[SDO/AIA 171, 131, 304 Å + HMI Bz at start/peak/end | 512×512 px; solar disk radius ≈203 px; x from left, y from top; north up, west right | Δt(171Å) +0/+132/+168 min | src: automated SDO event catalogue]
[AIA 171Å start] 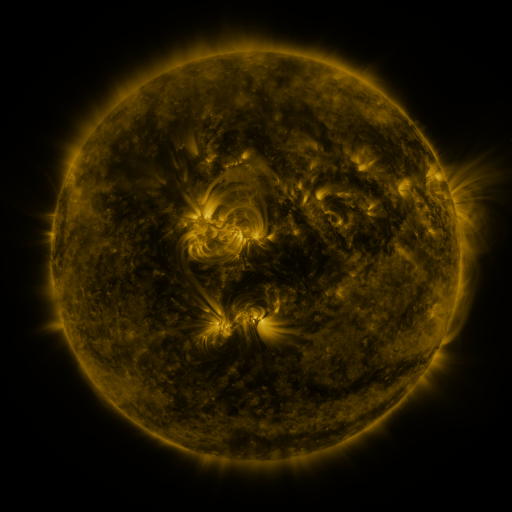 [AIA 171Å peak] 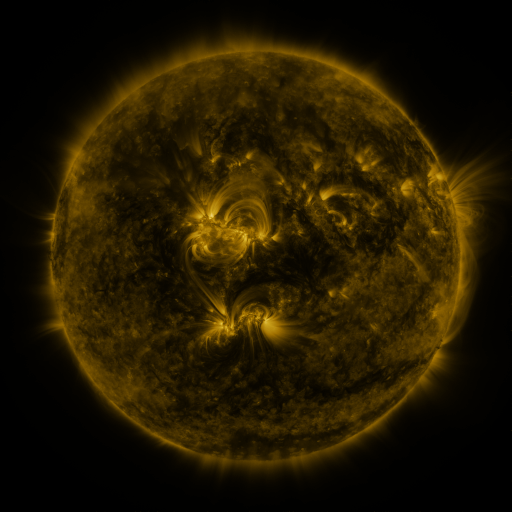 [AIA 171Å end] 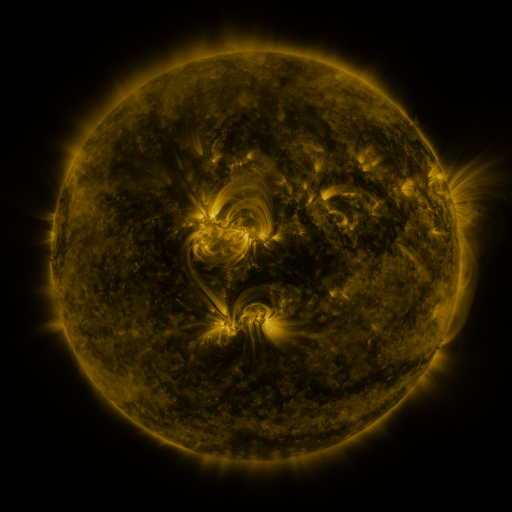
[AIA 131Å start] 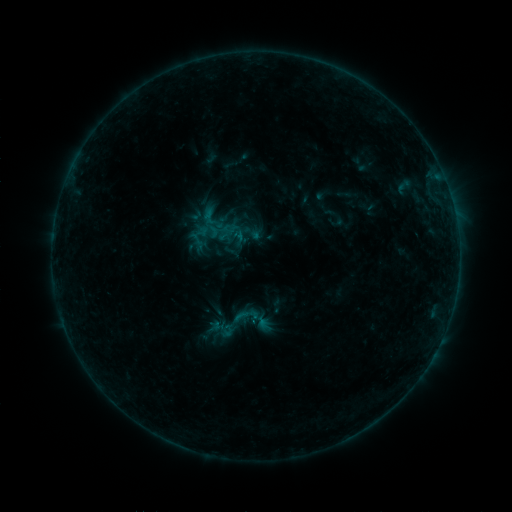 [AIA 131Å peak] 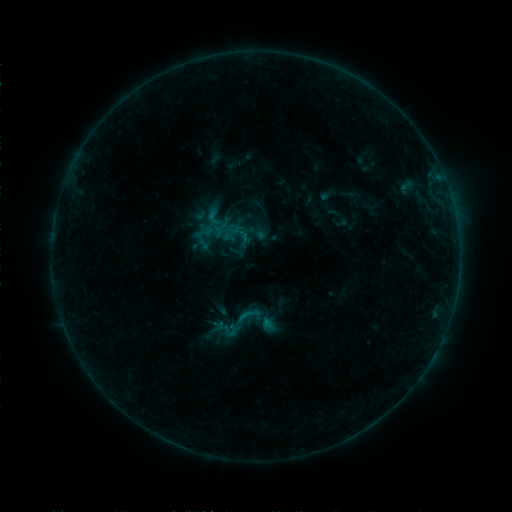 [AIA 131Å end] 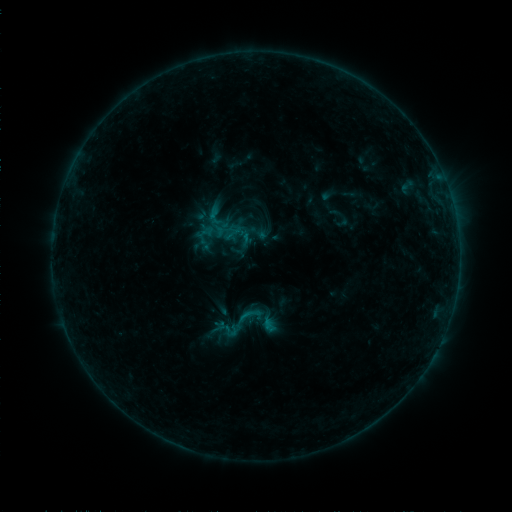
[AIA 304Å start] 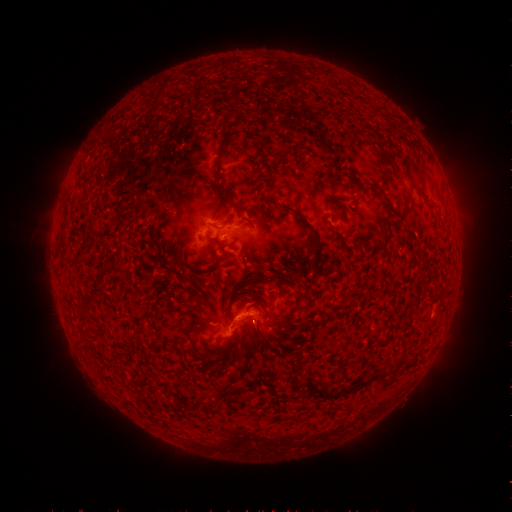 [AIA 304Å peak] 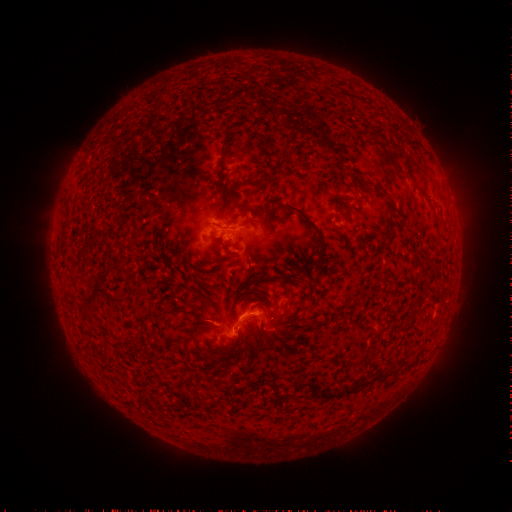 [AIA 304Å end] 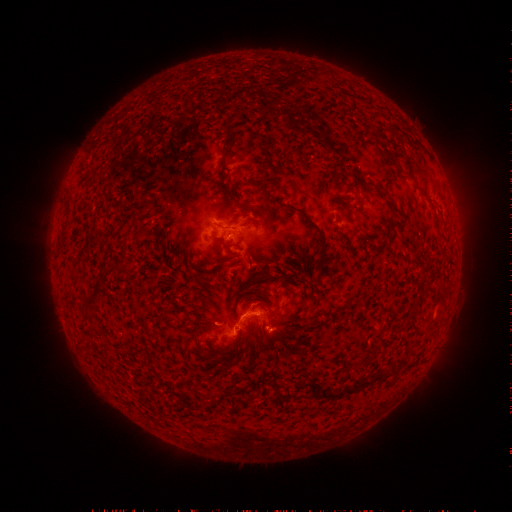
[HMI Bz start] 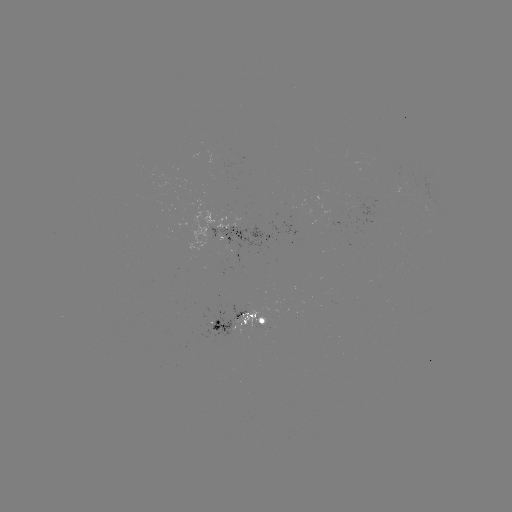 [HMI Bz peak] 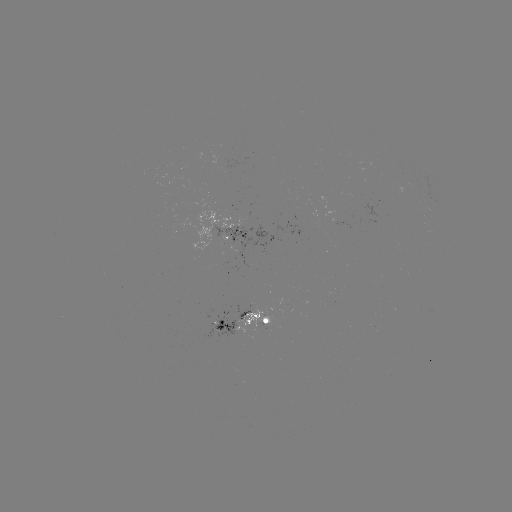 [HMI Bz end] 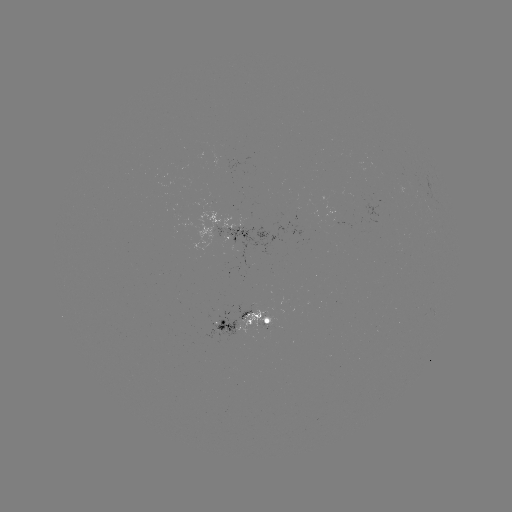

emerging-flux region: [330, 223, 350, 230]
